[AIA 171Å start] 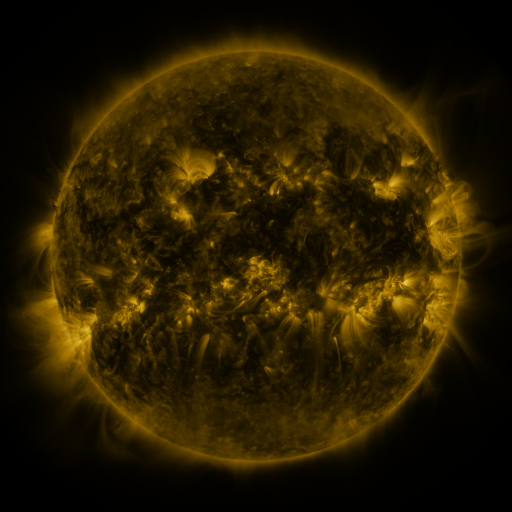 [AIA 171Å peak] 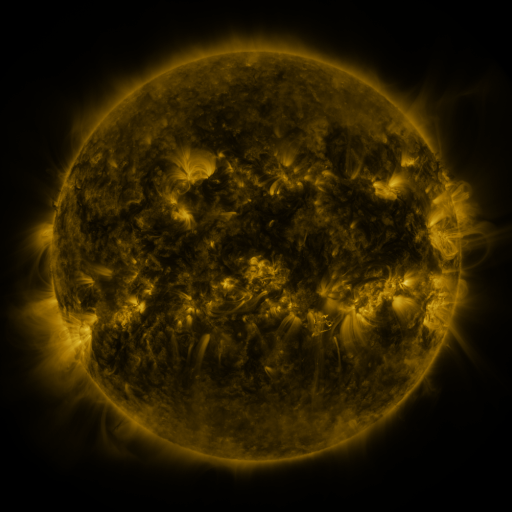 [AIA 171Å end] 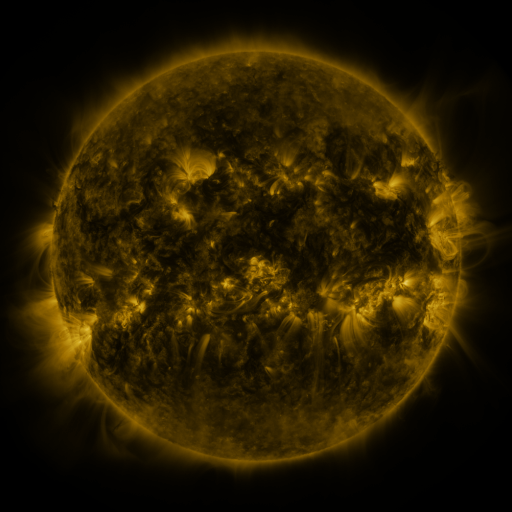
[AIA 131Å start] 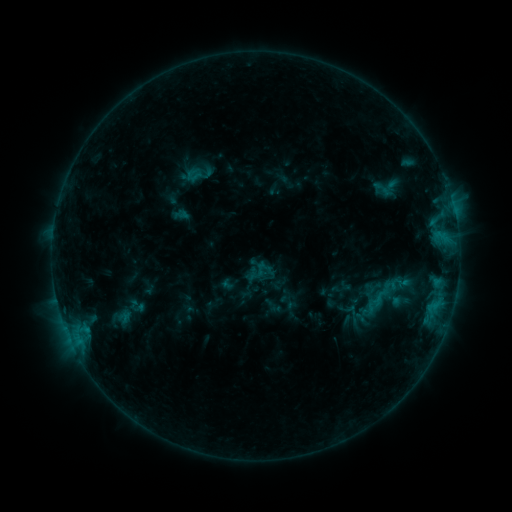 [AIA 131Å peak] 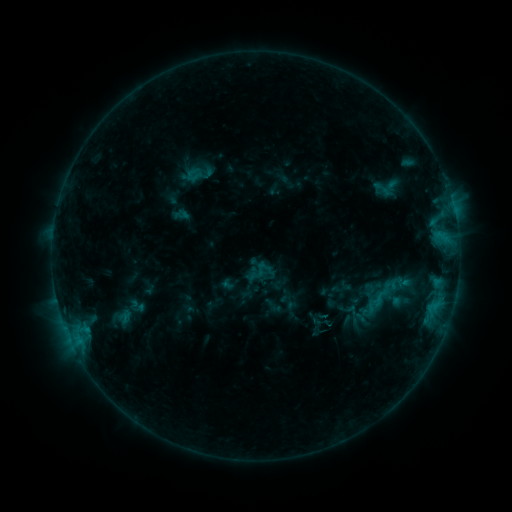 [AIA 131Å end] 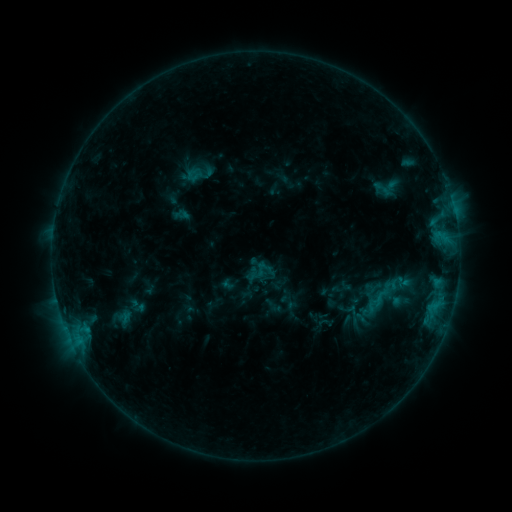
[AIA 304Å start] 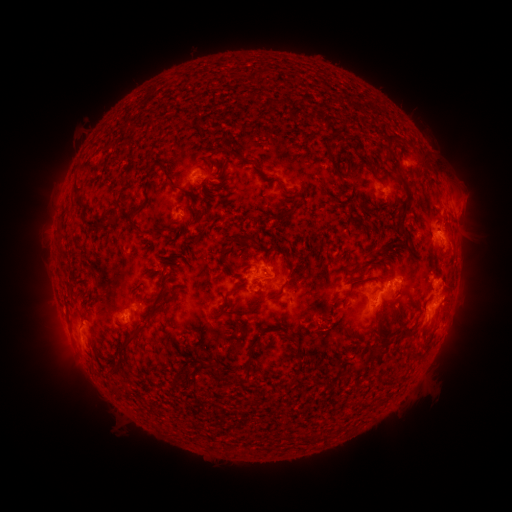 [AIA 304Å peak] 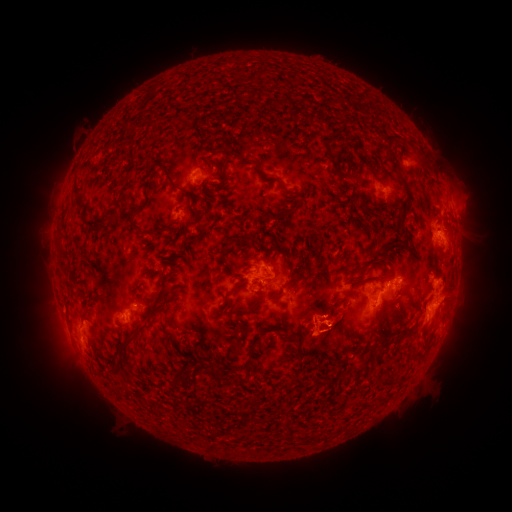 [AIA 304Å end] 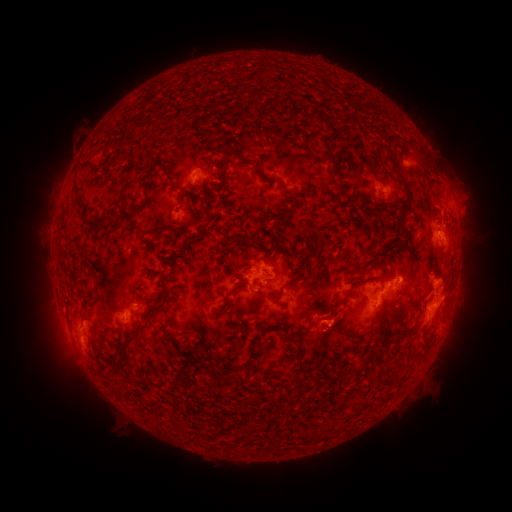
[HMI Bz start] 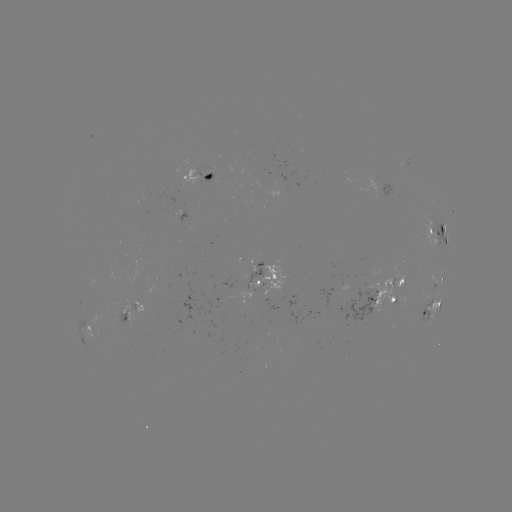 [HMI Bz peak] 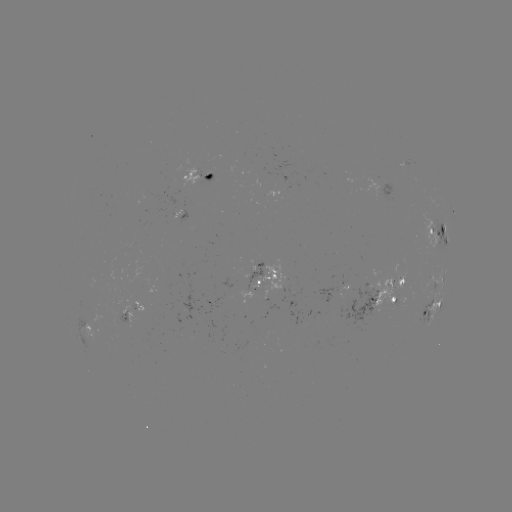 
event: eruption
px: (319, 333)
